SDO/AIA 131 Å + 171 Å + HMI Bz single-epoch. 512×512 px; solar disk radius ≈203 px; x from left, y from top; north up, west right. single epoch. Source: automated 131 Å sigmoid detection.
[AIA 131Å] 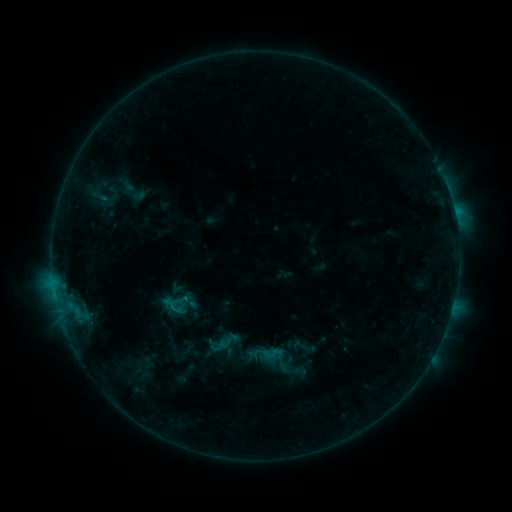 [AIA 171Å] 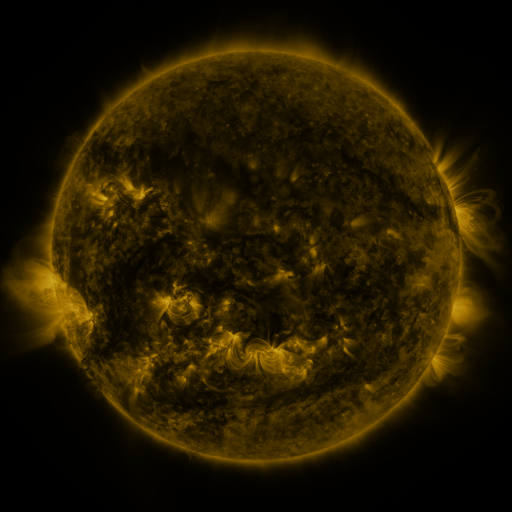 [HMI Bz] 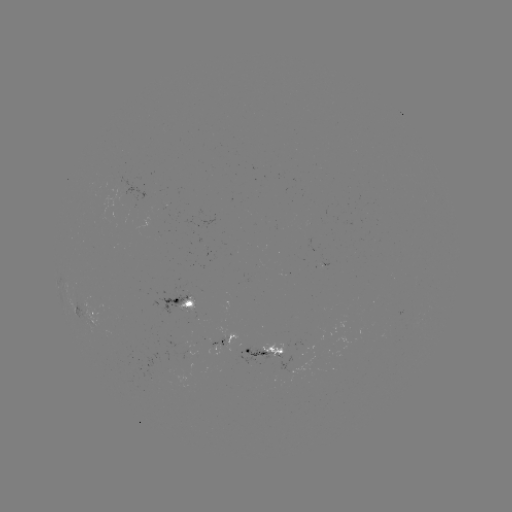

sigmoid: [160, 293, 185, 318]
